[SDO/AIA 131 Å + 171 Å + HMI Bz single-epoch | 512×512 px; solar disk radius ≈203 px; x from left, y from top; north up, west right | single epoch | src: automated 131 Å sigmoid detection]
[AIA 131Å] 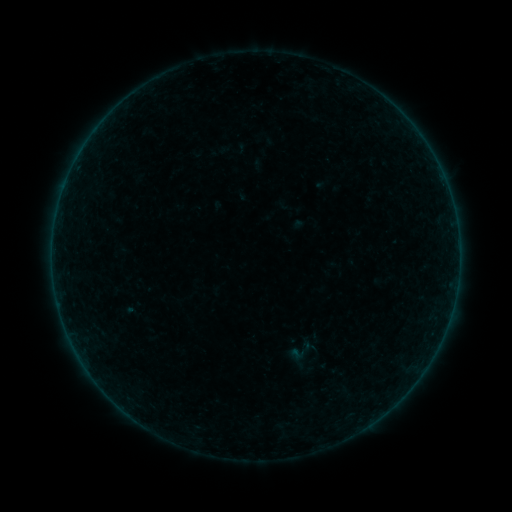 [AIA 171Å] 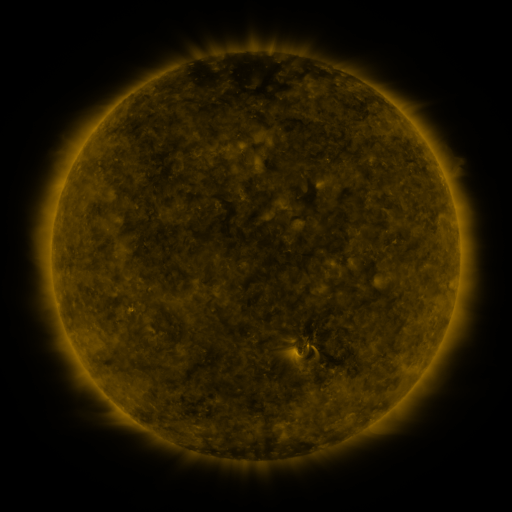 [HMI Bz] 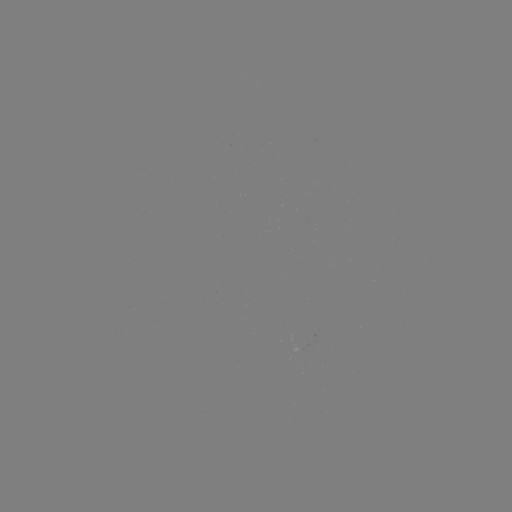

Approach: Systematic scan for sigmoid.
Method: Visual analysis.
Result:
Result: sigmoid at (295, 356).